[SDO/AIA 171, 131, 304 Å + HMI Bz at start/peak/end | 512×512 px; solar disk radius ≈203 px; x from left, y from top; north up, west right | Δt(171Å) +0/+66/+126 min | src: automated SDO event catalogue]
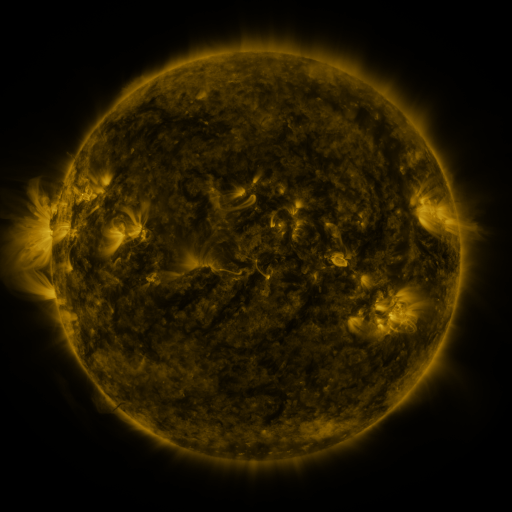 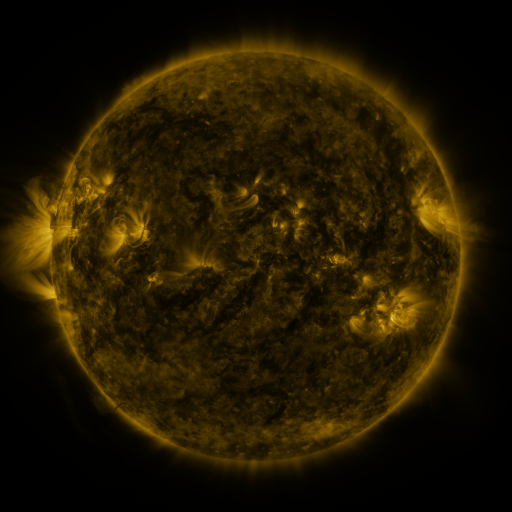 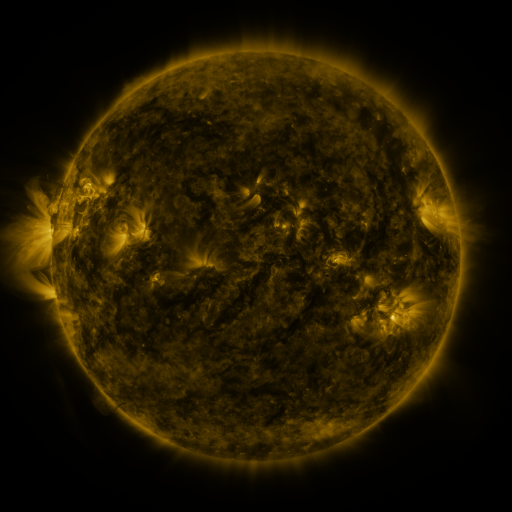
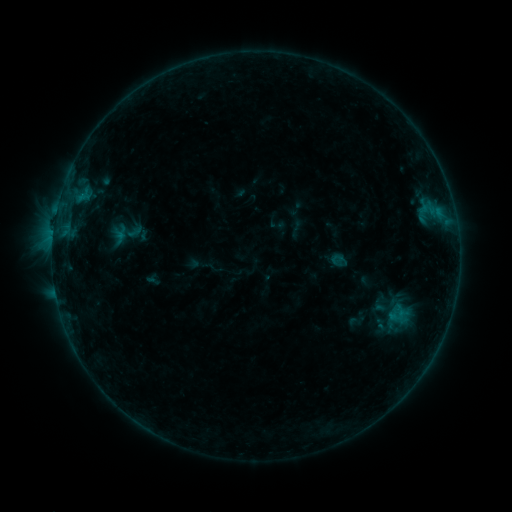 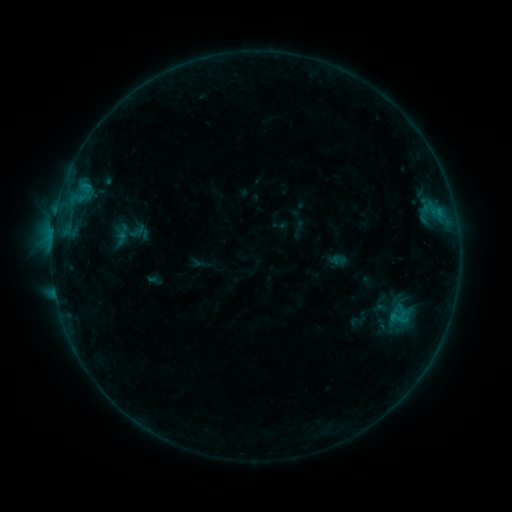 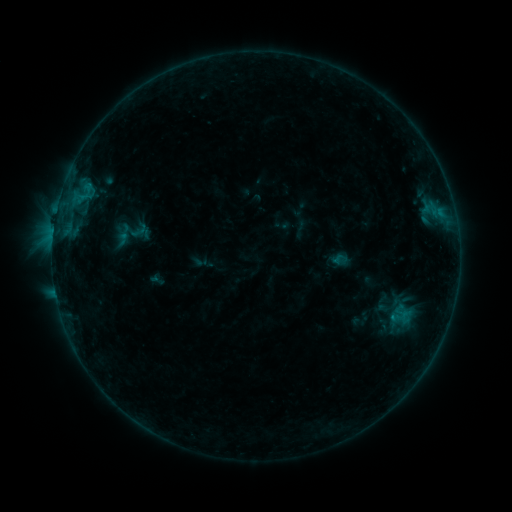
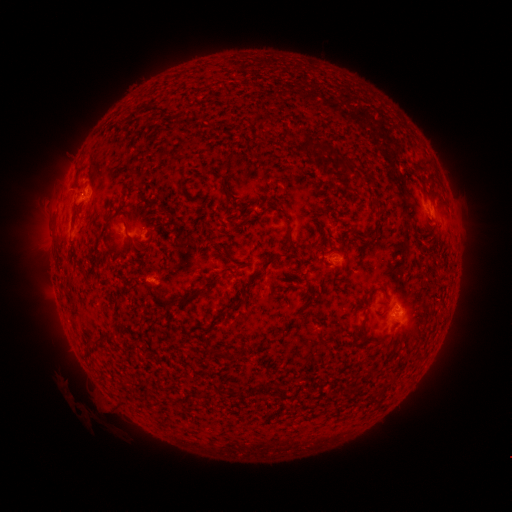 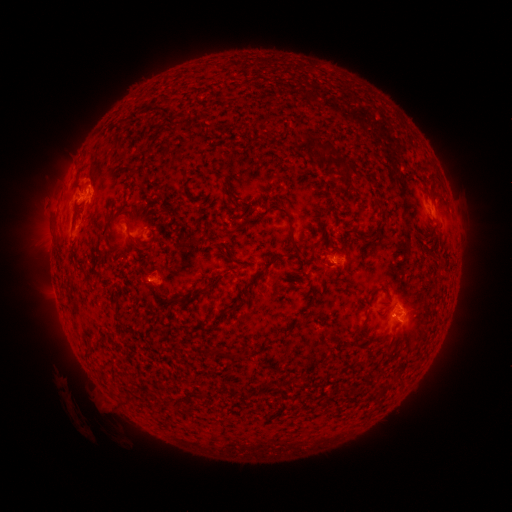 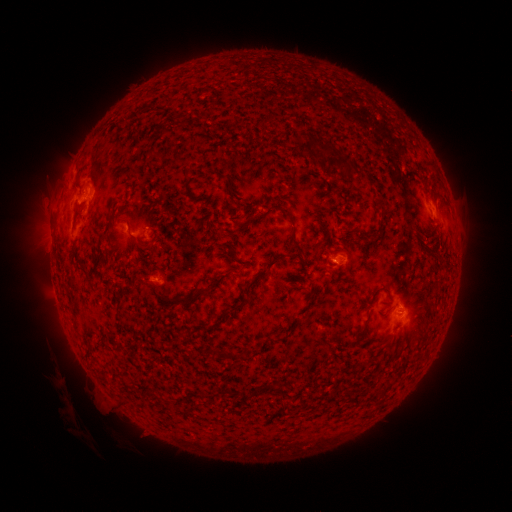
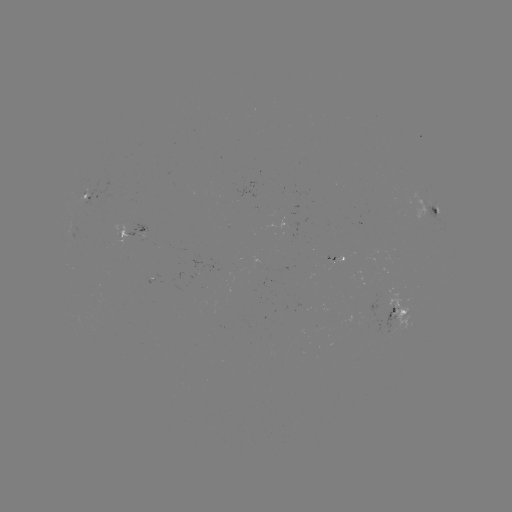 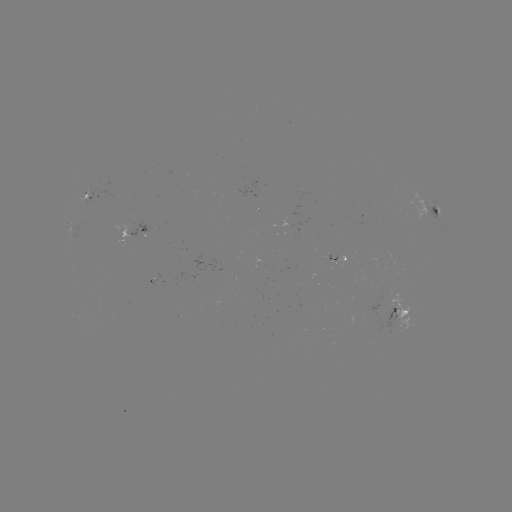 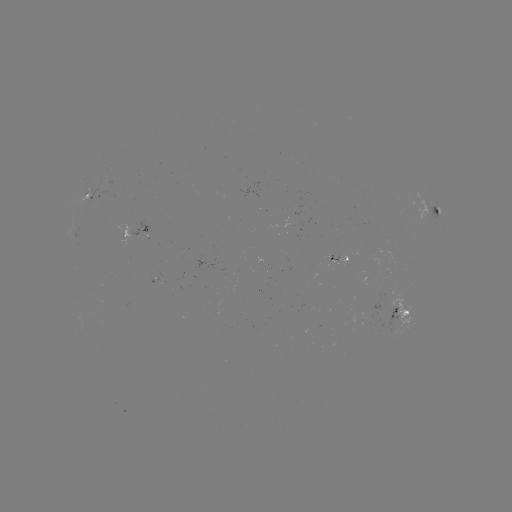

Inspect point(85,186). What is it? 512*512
C1.0 flare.